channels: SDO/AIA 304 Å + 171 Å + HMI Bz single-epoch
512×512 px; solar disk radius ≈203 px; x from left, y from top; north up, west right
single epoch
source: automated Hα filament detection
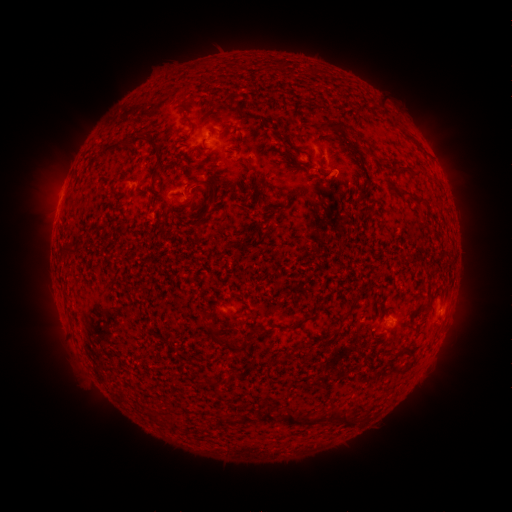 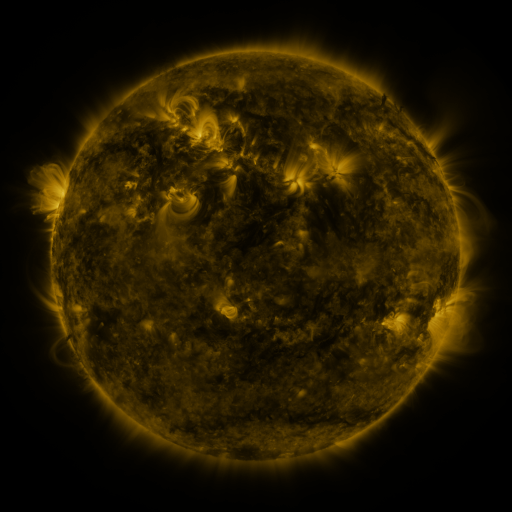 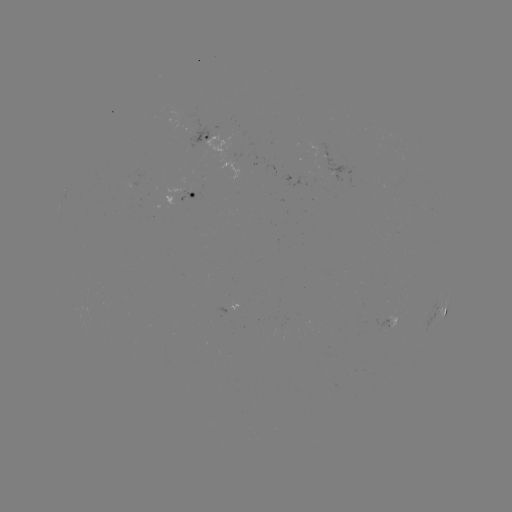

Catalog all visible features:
filament: <bbox>320, 122, 347, 134</bbox>
filament: <bbox>131, 135, 140, 147</bbox>
filament: <bbox>99, 144, 113, 157</bbox>
filament: <bbox>192, 178, 217, 196</bbox>
filament: <bbox>397, 191, 424, 206</bbox>
filament: <bbox>341, 312, 350, 321</bbox>
filament: <bbox>207, 329, 240, 353</bbox>
filament: <bbox>263, 411, 272, 422</bbox>
filament: <bbox>284, 412, 314, 427</bbox>
filament: <bbox>329, 413, 354, 427</bbox>
